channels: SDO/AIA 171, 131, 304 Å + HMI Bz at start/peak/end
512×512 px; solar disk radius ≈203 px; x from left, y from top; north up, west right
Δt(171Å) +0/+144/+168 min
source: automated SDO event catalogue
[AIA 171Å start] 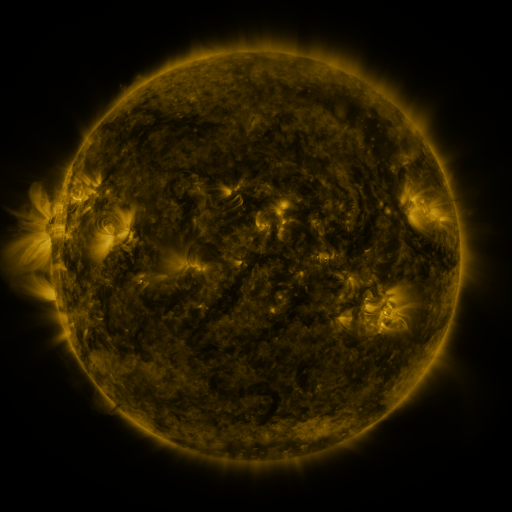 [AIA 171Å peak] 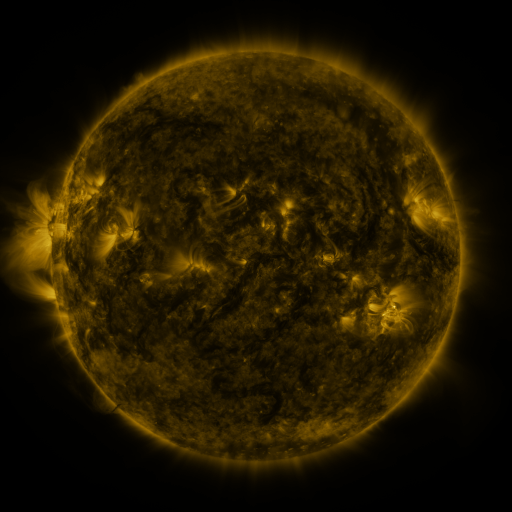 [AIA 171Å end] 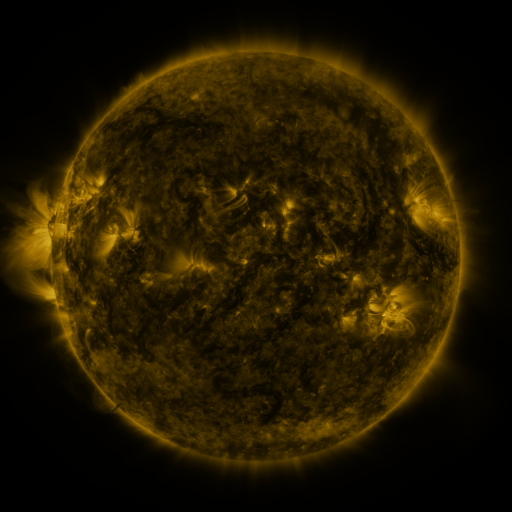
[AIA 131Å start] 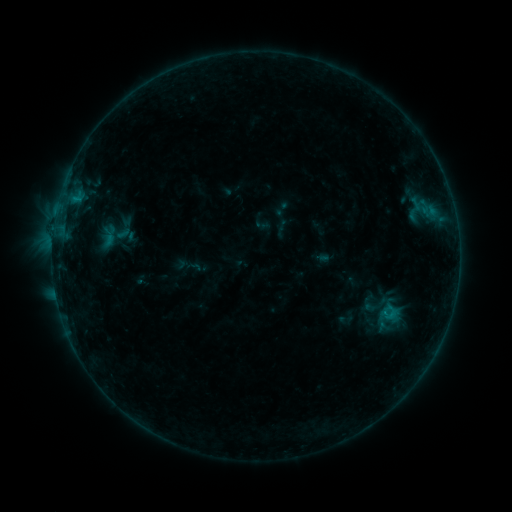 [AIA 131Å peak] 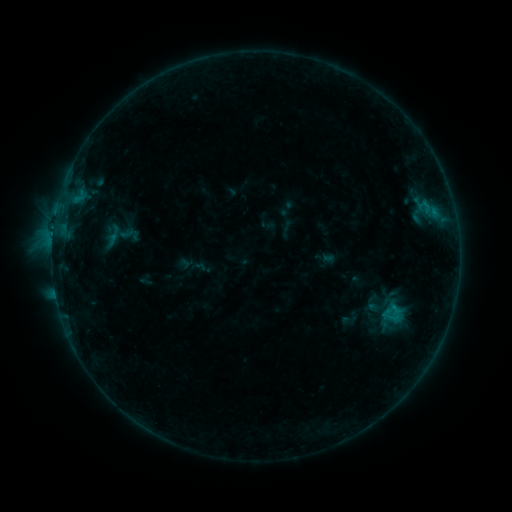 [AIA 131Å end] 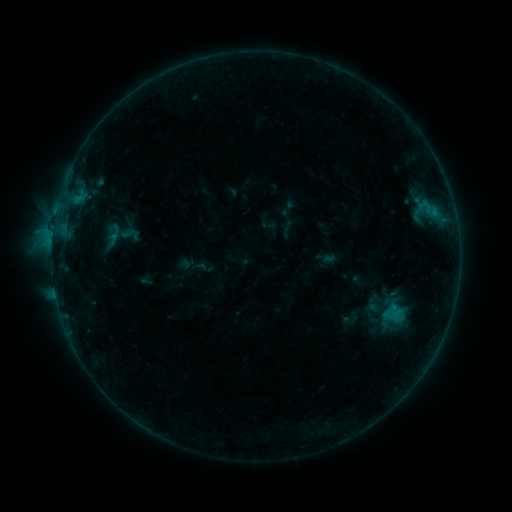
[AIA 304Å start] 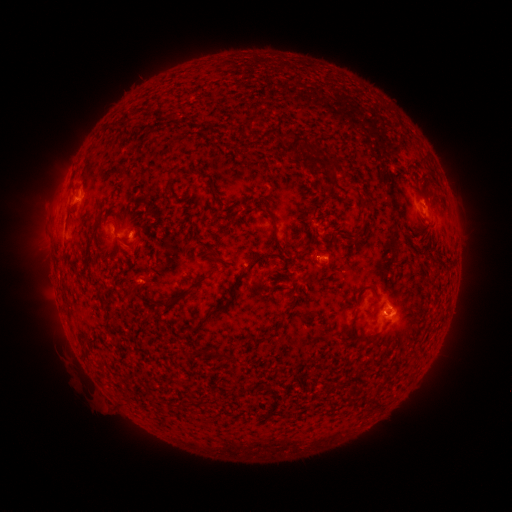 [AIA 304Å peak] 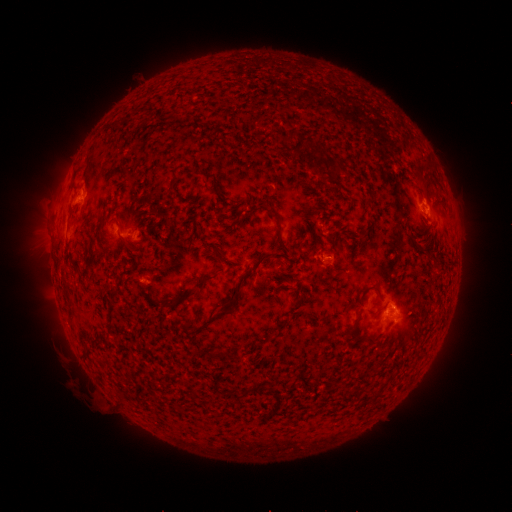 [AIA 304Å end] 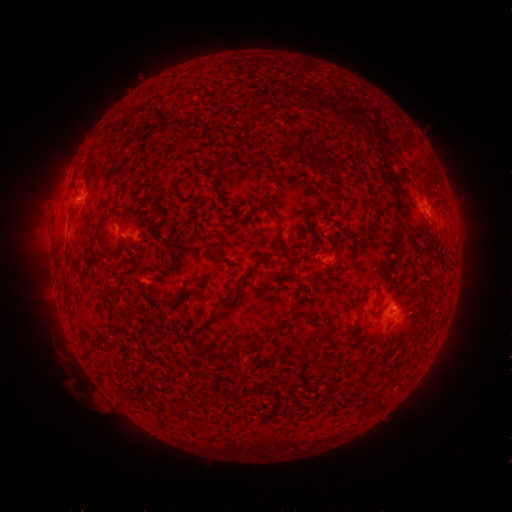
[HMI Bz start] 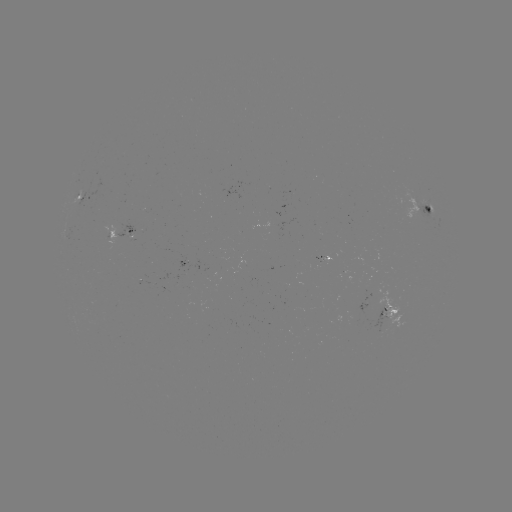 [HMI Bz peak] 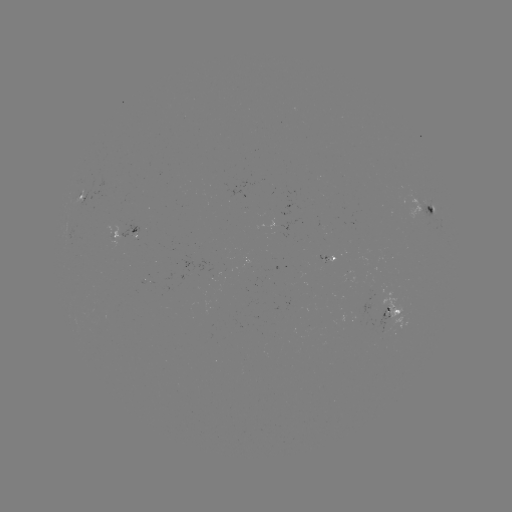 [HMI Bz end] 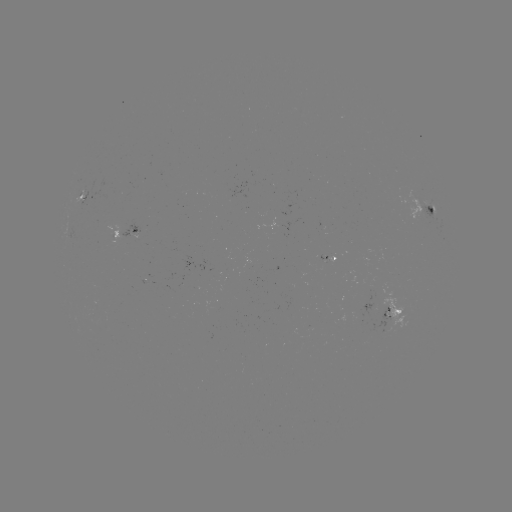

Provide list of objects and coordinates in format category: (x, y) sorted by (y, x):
emerging-flux region: (275, 226)
